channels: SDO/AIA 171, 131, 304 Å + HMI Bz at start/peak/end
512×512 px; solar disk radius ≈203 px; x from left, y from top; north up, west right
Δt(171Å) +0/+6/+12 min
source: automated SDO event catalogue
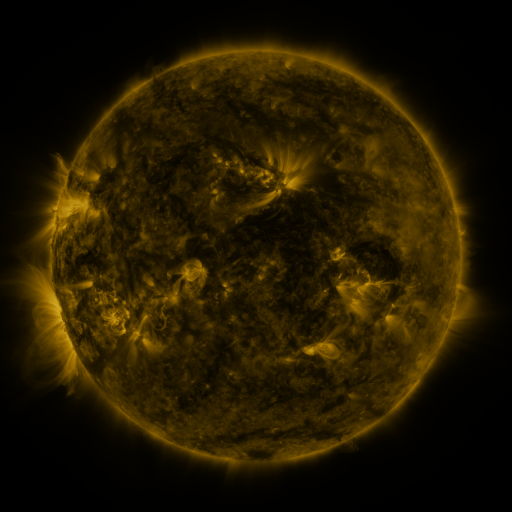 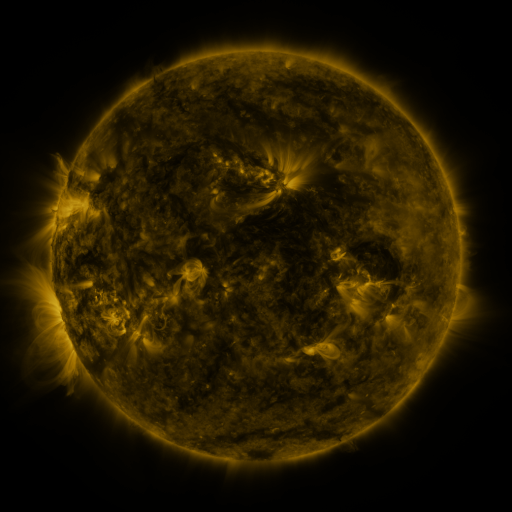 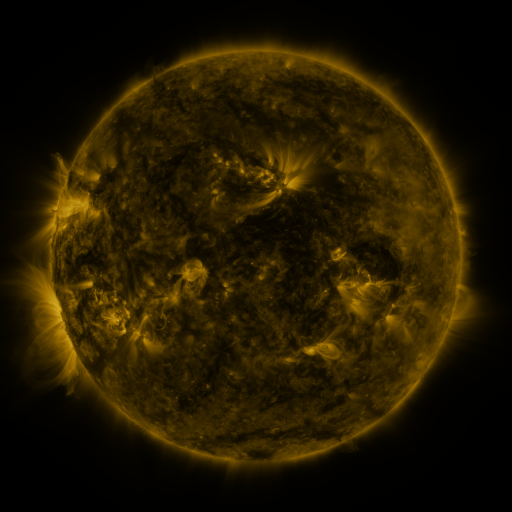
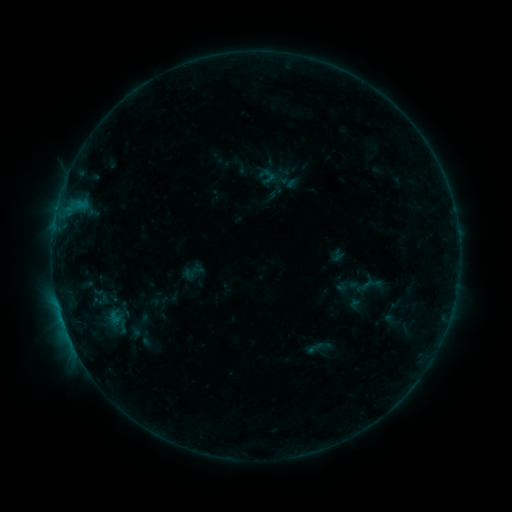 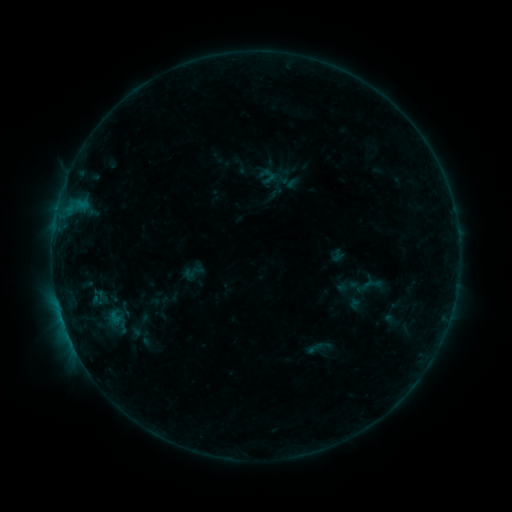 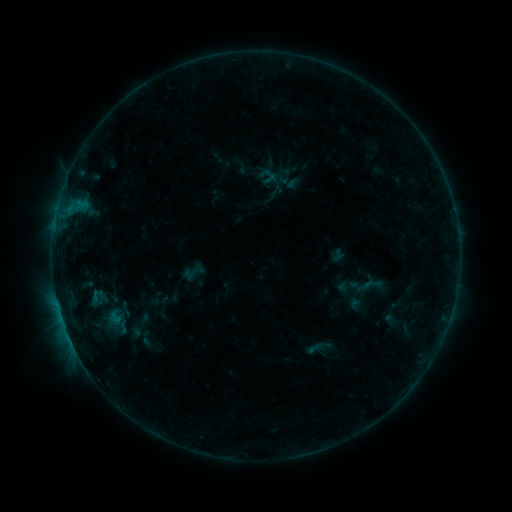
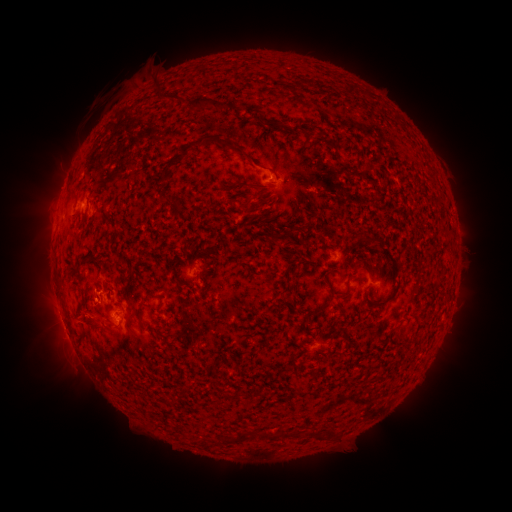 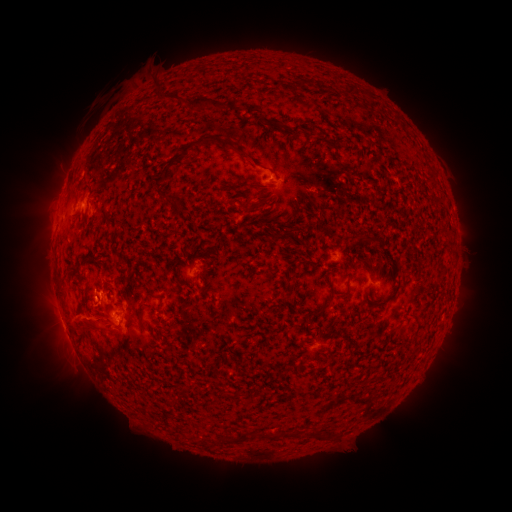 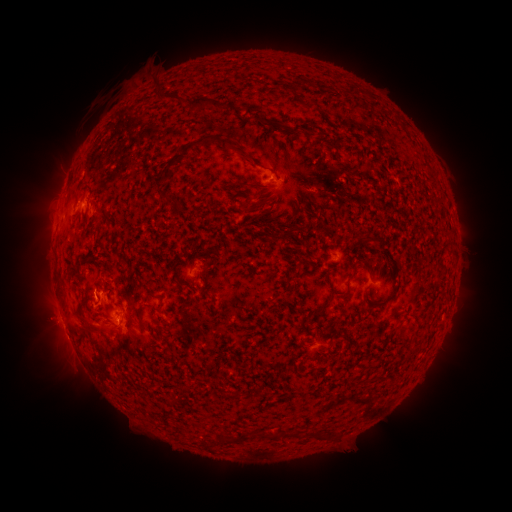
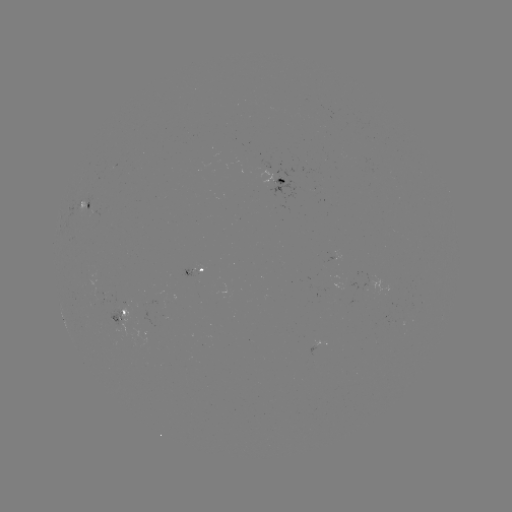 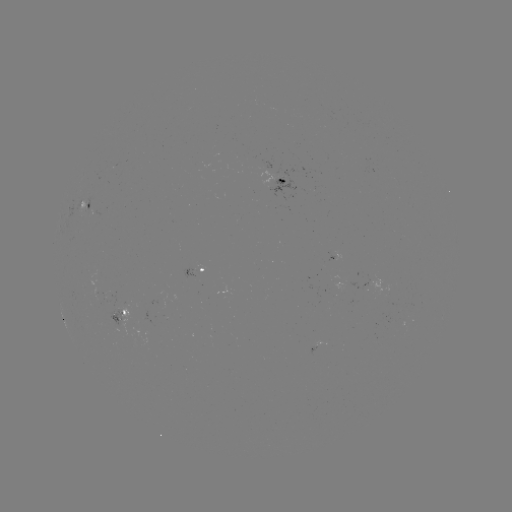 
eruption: (68, 358, 104, 382)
